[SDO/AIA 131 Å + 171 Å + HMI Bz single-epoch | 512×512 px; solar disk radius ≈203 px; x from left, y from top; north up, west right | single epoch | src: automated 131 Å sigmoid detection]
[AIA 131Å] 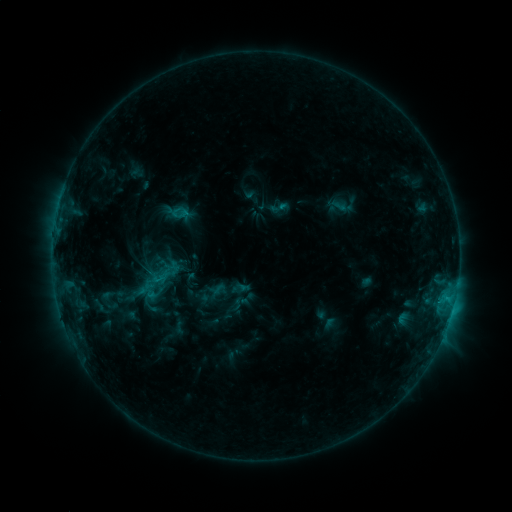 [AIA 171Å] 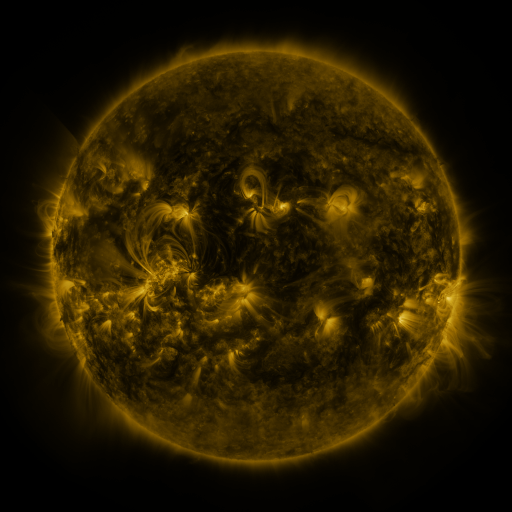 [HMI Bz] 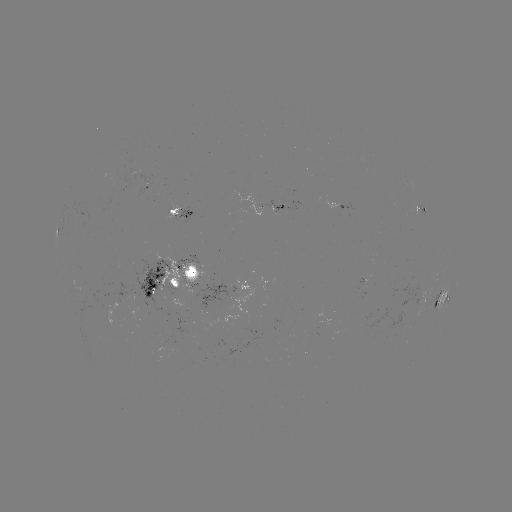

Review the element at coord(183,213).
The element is sigmoid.